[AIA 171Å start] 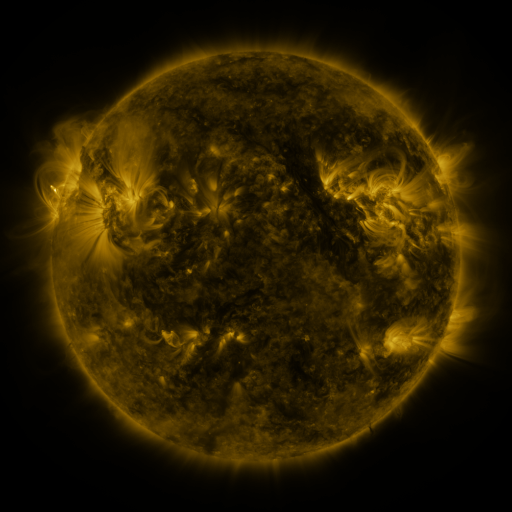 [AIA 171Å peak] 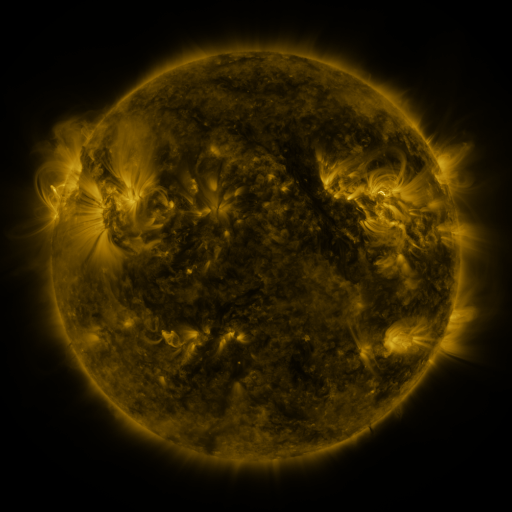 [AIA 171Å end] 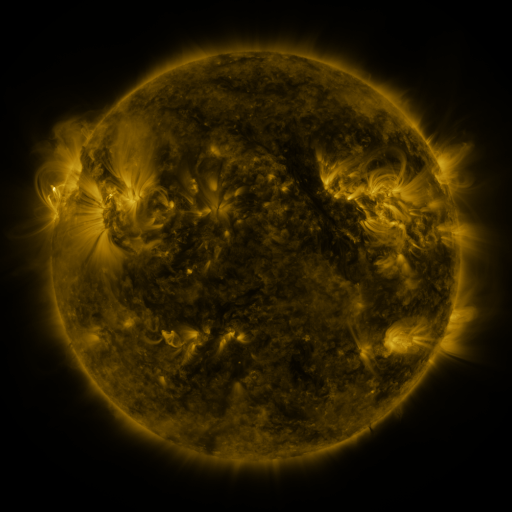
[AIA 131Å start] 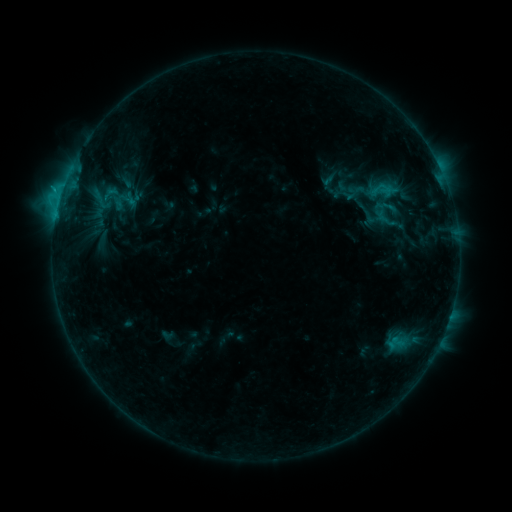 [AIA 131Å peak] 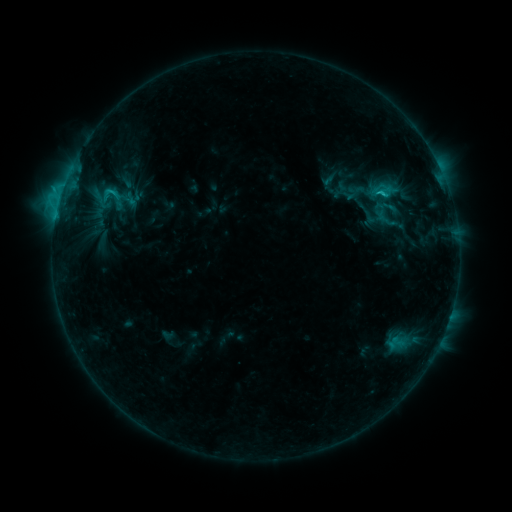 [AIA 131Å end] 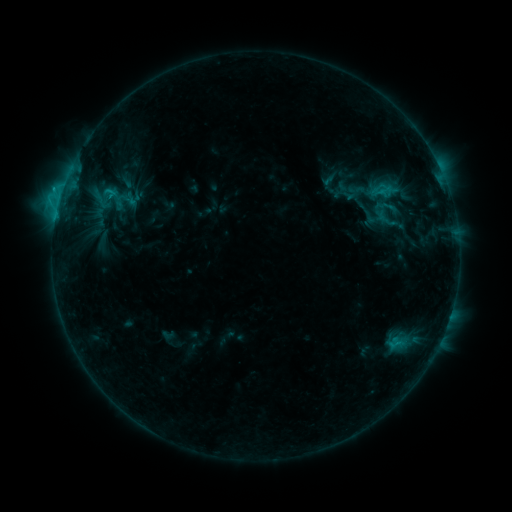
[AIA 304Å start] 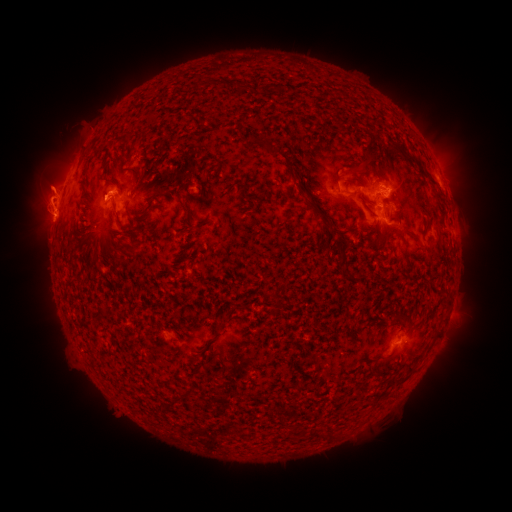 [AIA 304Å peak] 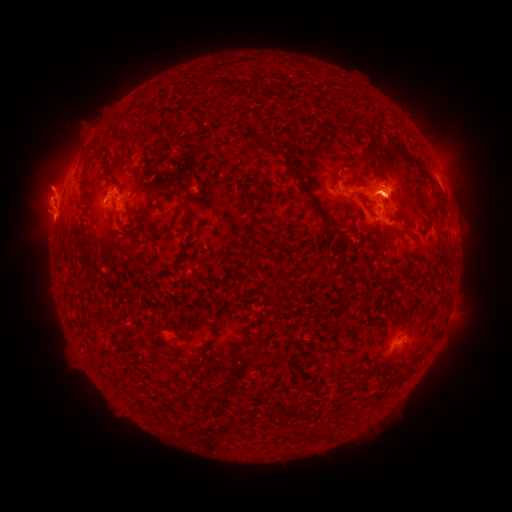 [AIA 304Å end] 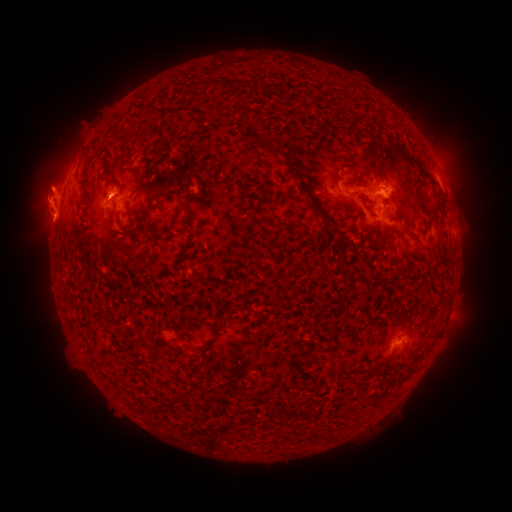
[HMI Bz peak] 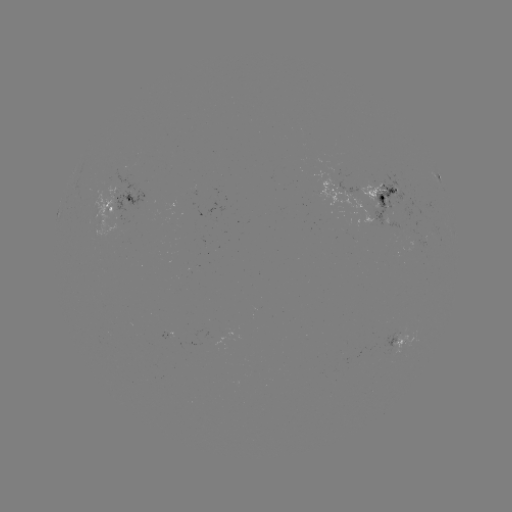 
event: flare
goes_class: C2.6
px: (385, 200)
